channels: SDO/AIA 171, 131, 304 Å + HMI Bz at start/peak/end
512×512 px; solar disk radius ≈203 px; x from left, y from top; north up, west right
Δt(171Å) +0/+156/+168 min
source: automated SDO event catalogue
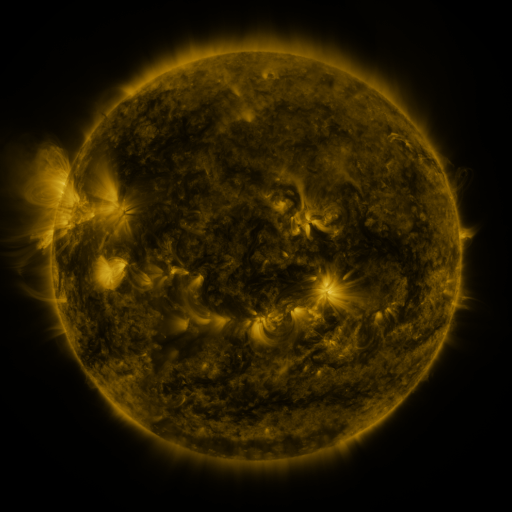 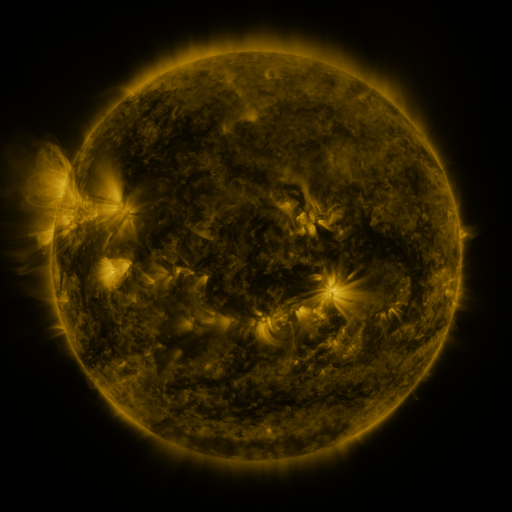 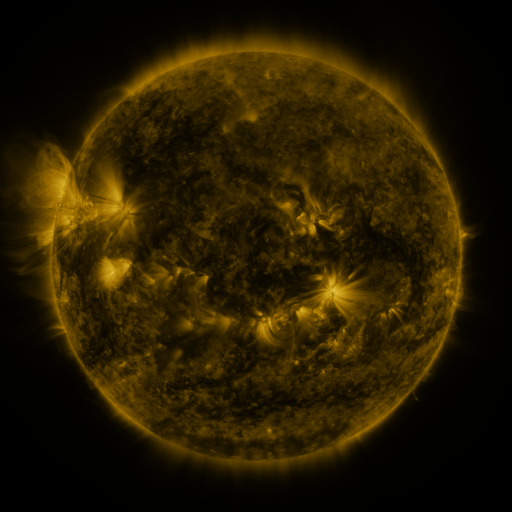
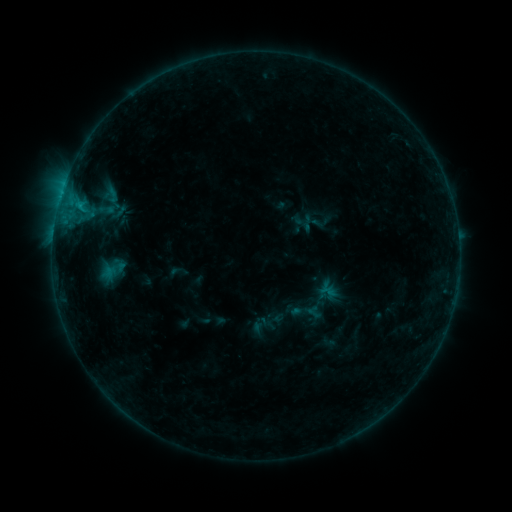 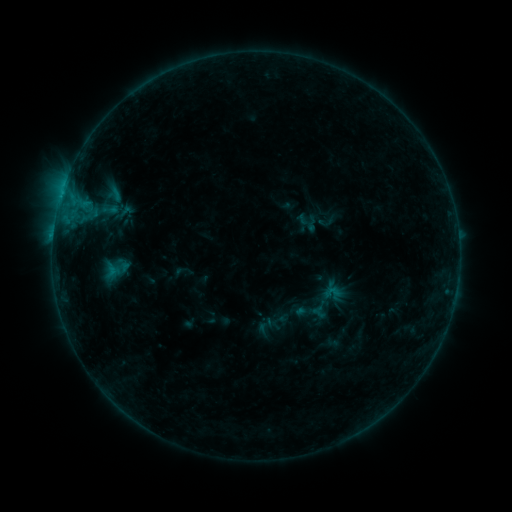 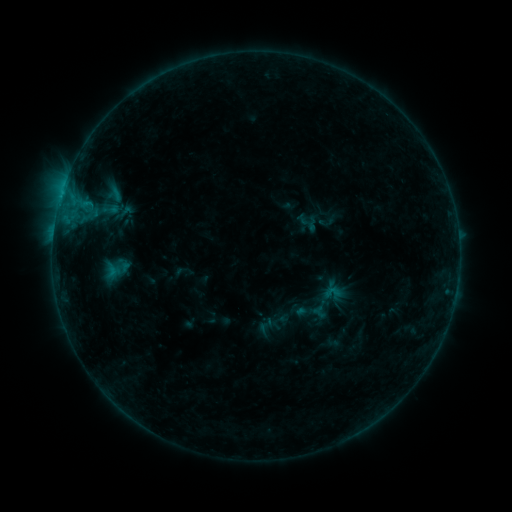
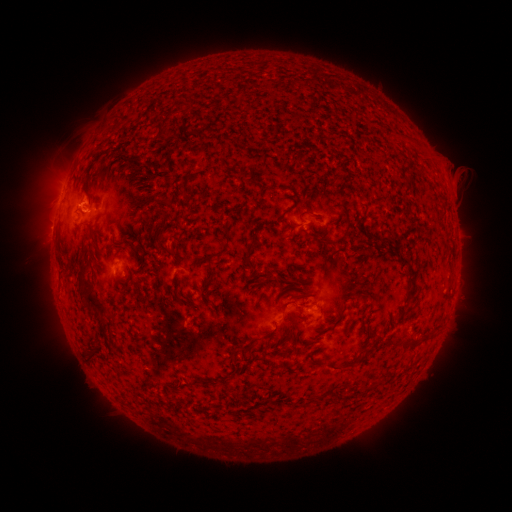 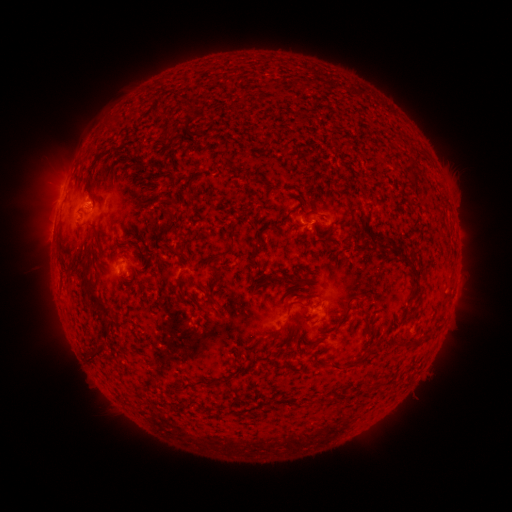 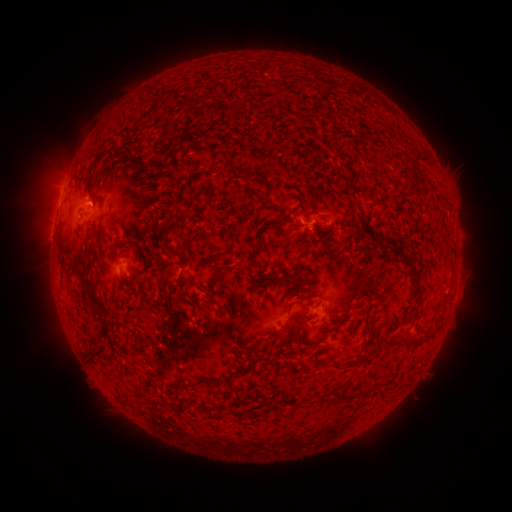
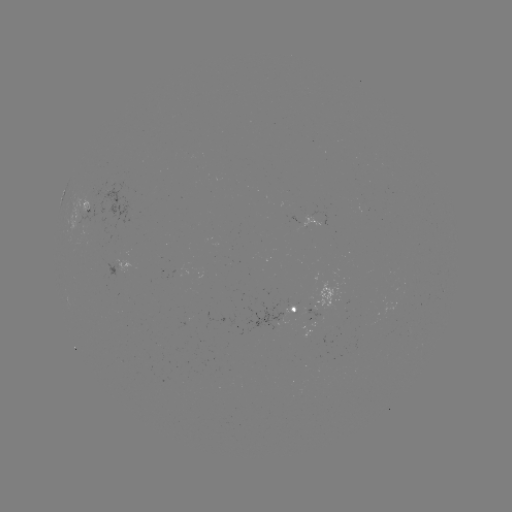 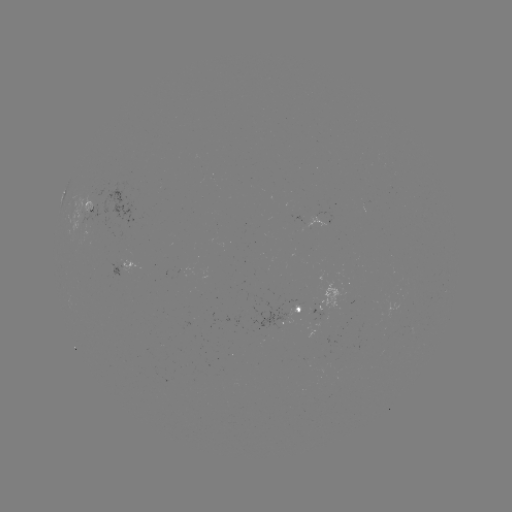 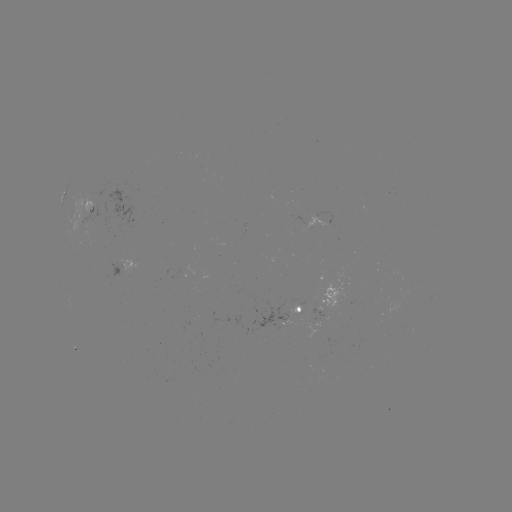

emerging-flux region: <bbox>88, 202, 107, 222</bbox>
